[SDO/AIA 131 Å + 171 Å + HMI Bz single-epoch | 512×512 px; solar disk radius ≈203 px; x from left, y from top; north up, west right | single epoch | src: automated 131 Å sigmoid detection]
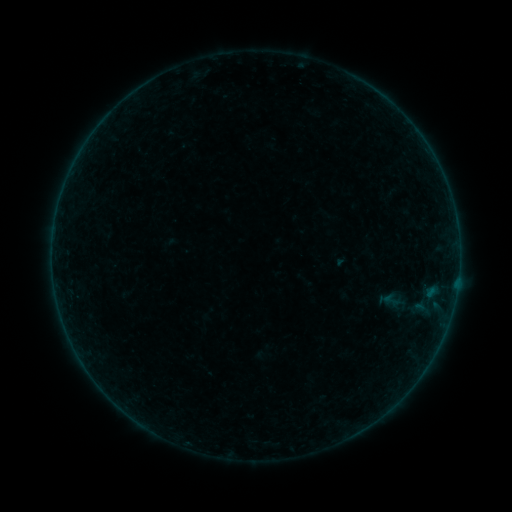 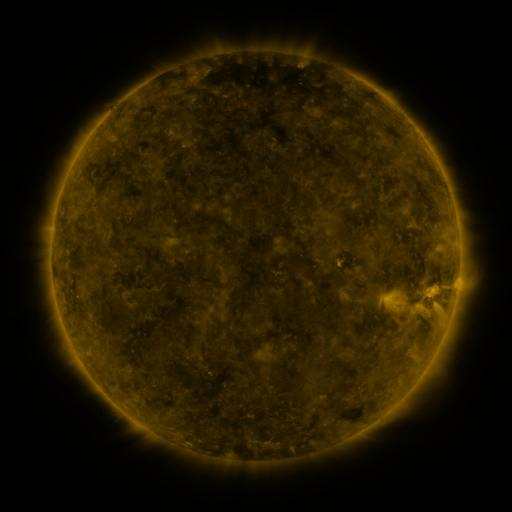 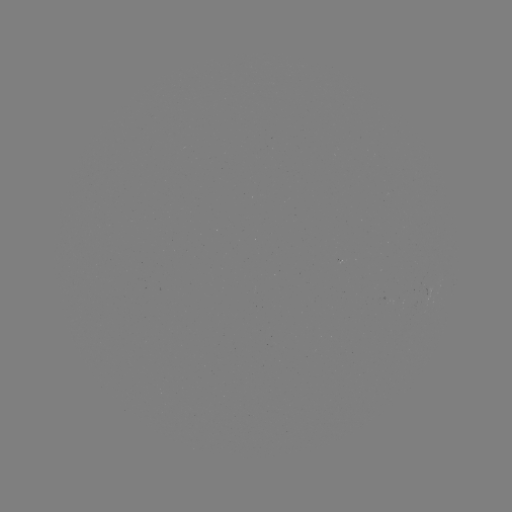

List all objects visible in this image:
sigmoid: (391, 300)
